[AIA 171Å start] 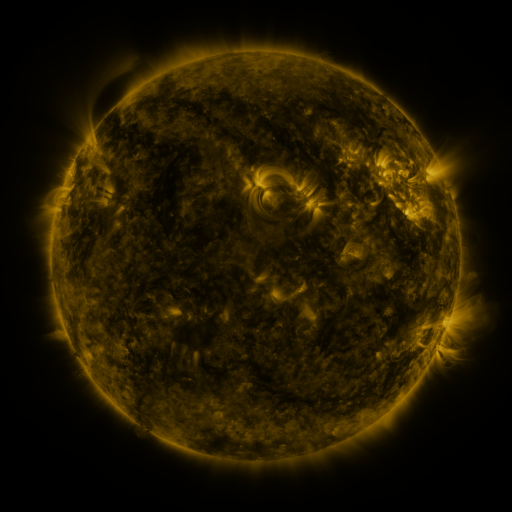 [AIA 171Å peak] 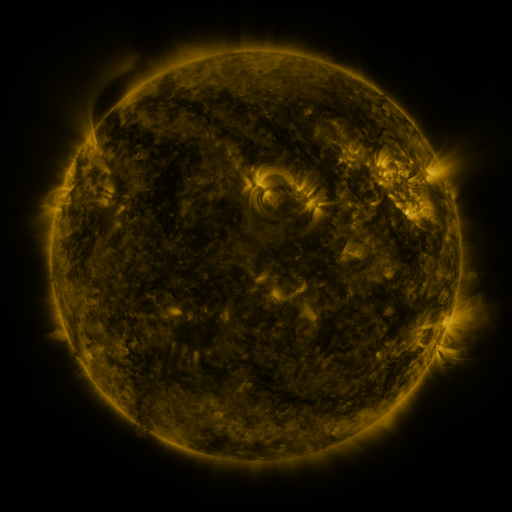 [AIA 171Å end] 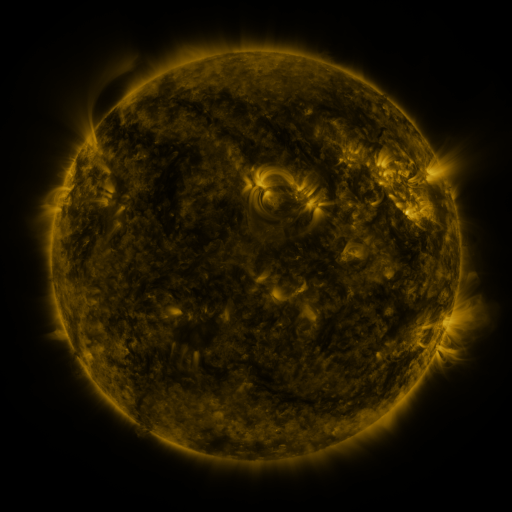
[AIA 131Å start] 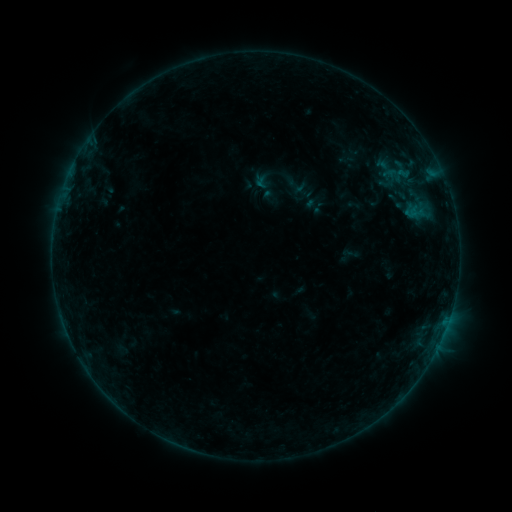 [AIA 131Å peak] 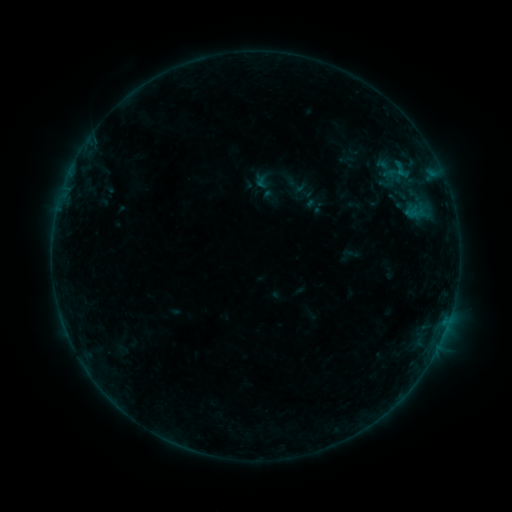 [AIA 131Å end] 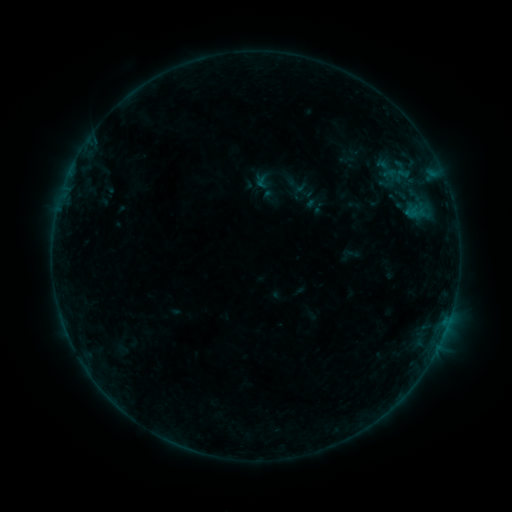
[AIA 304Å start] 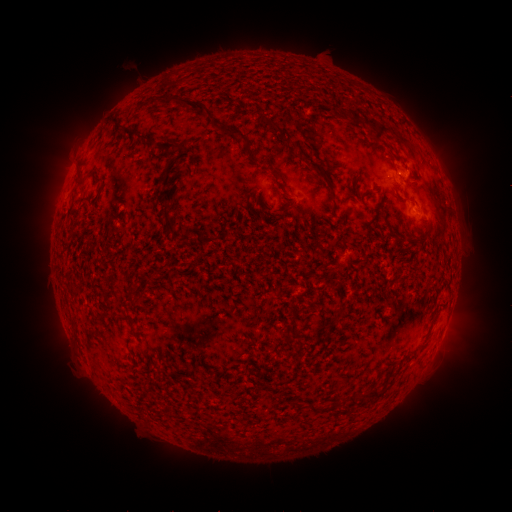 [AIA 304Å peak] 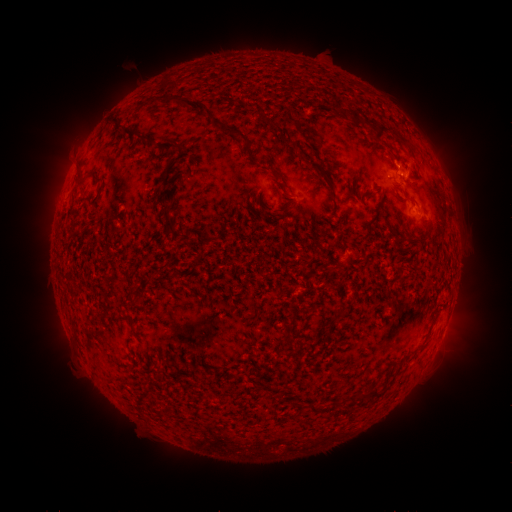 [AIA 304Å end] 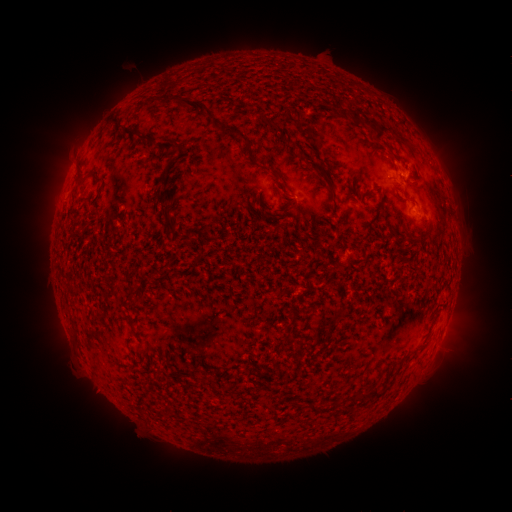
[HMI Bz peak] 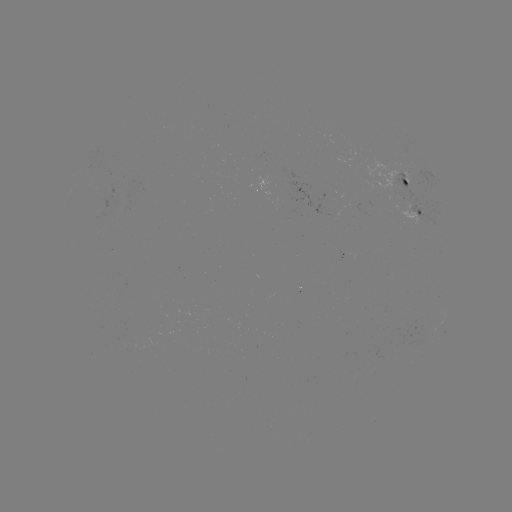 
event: flare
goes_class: B2.4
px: (399, 175)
